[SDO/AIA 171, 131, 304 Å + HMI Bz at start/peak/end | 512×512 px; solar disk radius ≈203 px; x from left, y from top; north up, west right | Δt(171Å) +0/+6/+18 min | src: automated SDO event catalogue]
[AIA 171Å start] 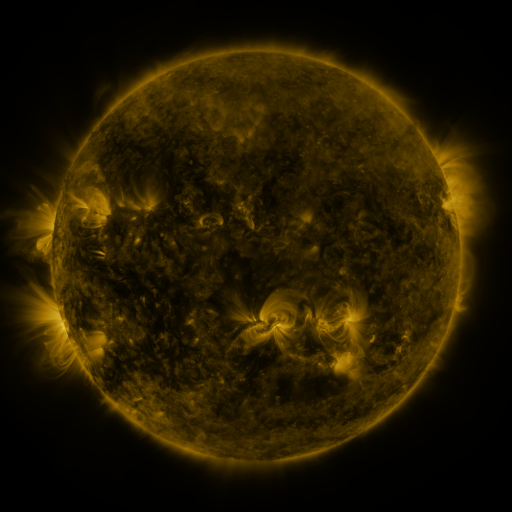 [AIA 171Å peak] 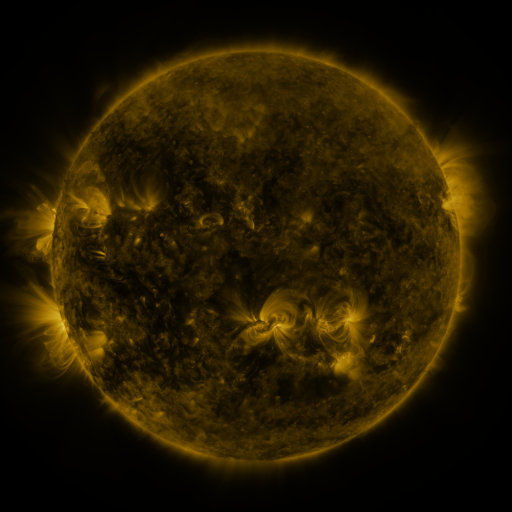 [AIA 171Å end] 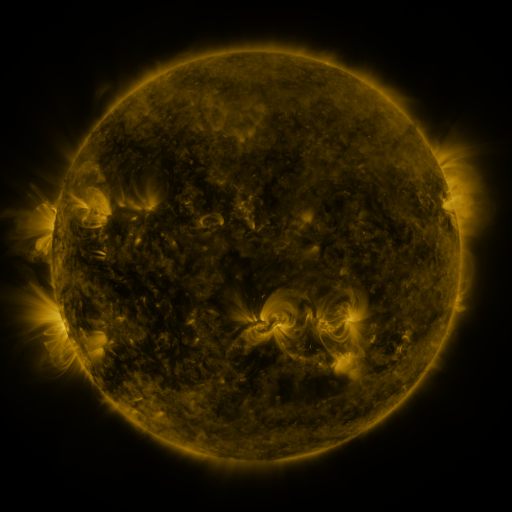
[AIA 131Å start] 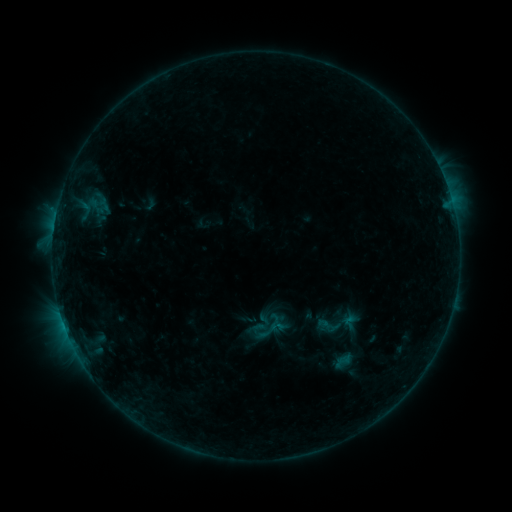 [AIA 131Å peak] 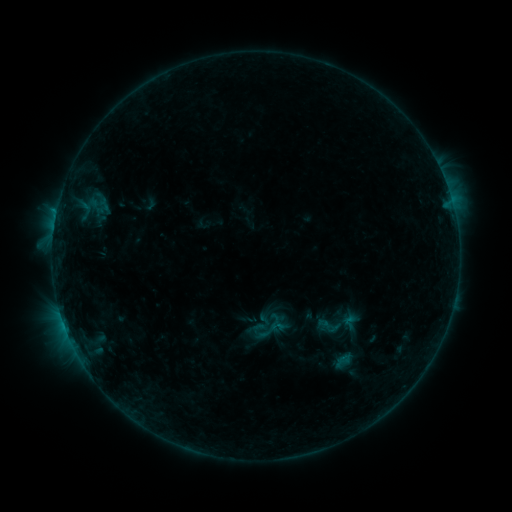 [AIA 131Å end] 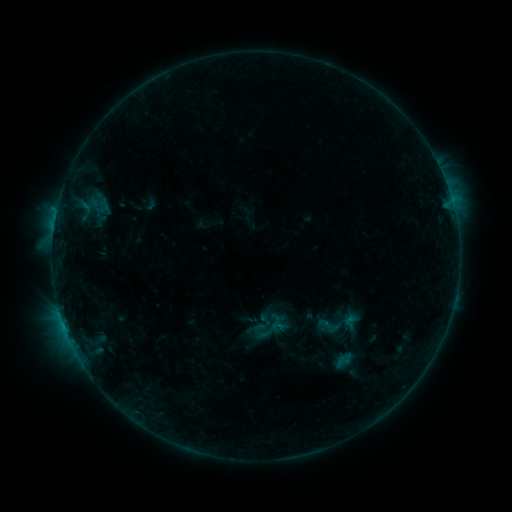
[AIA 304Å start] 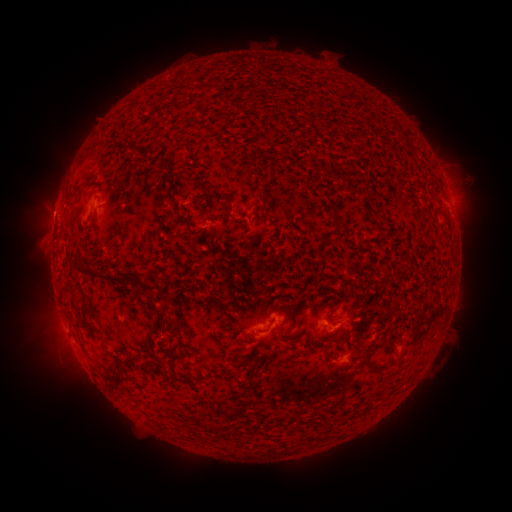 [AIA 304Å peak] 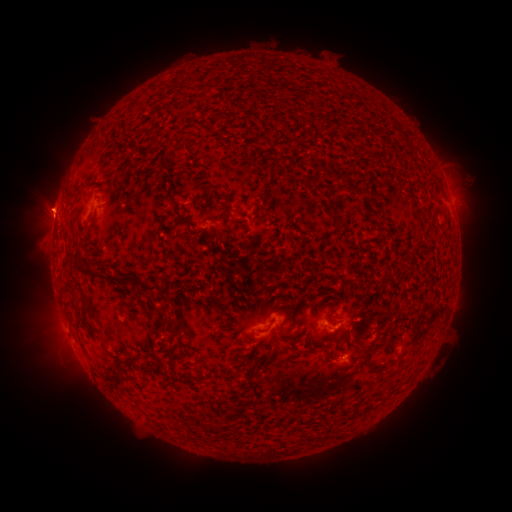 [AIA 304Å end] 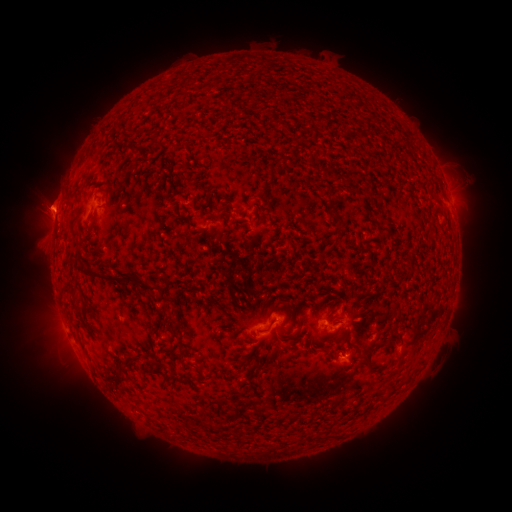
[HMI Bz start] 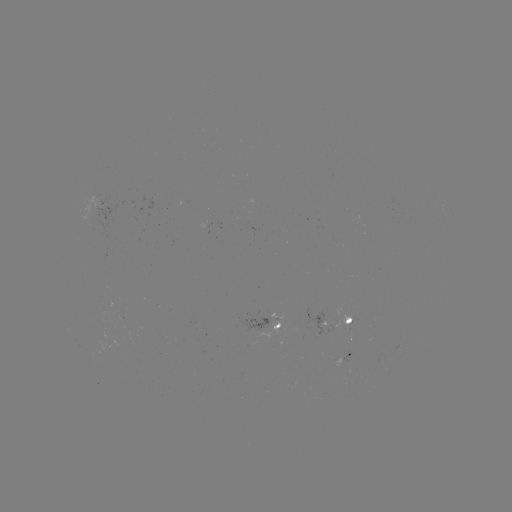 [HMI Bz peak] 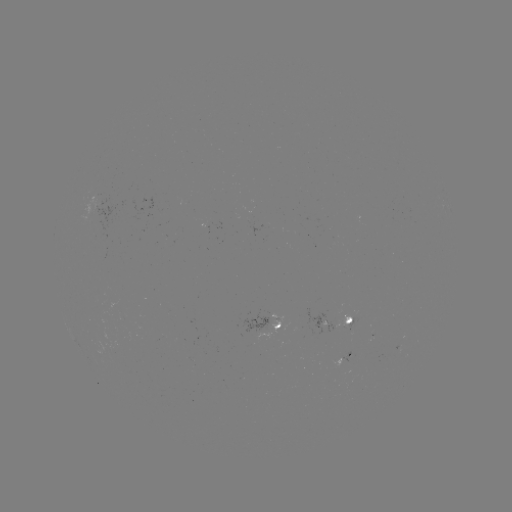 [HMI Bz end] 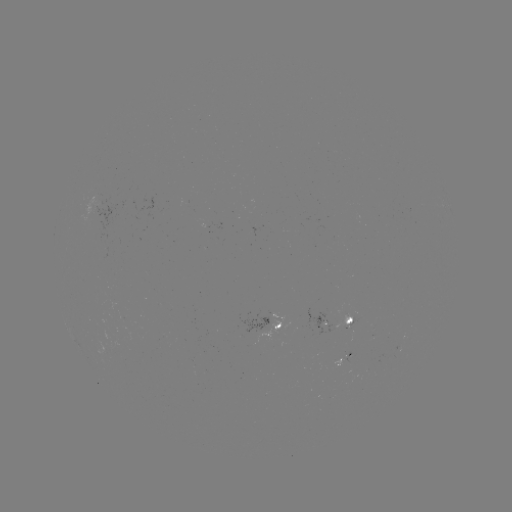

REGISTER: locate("eruption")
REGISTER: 47,208